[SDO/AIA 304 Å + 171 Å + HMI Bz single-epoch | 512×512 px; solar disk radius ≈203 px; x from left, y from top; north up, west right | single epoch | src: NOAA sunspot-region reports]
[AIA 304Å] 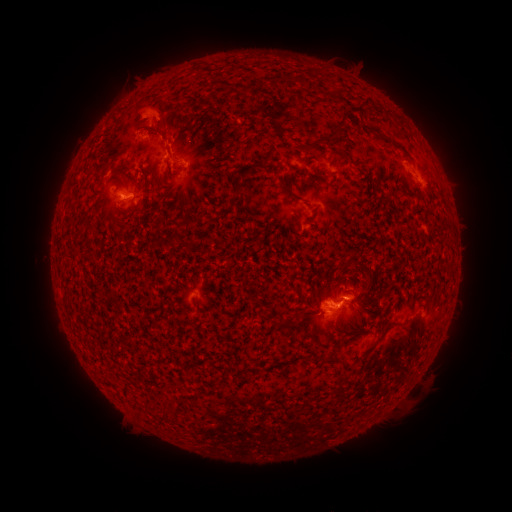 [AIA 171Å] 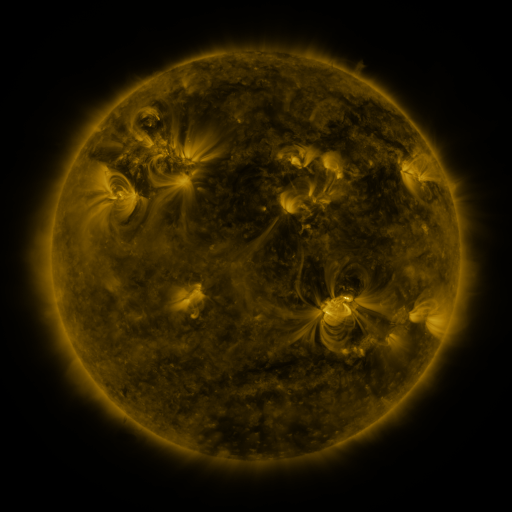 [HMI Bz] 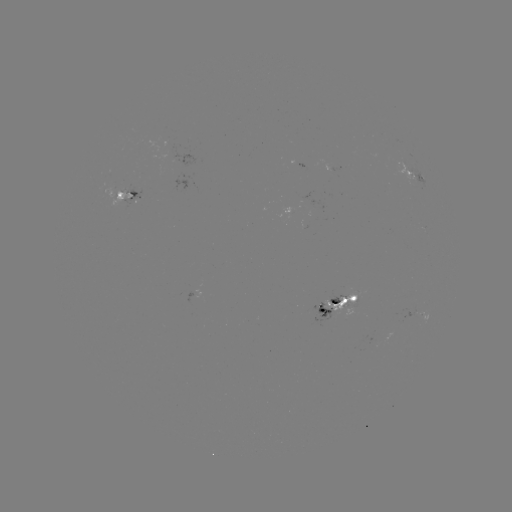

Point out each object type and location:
spotted active region: (346, 169)
spotted active region: (417, 177)
spotted active region: (132, 198)
spotted active region: (342, 308)
